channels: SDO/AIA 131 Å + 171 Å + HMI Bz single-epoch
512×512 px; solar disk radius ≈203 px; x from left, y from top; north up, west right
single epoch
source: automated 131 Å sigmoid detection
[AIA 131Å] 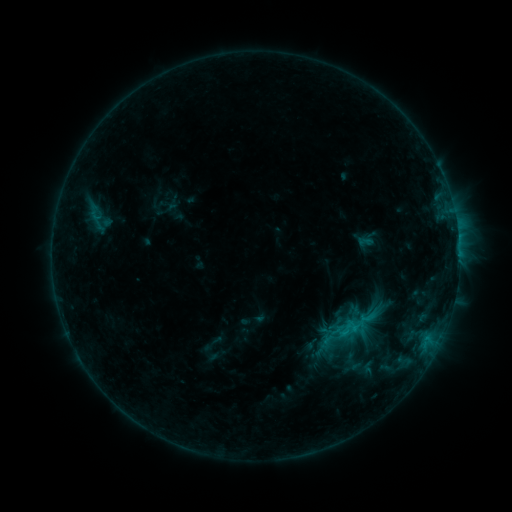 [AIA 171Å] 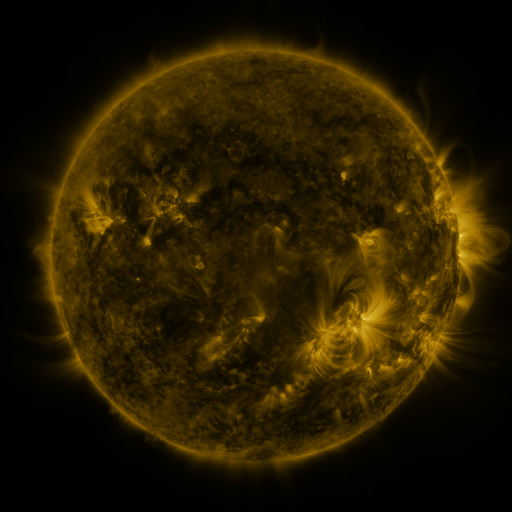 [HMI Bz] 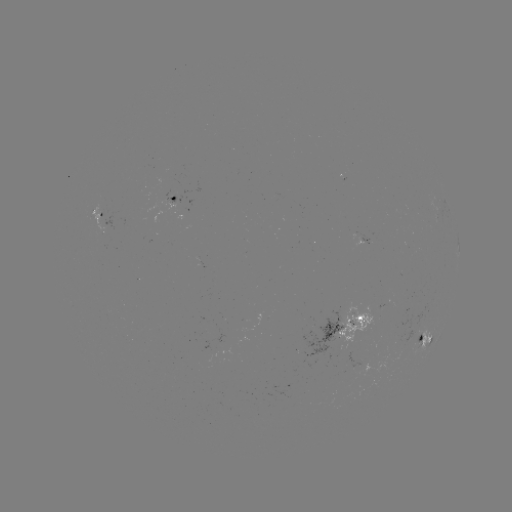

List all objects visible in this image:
sigmoid: [336, 322, 353, 339]
